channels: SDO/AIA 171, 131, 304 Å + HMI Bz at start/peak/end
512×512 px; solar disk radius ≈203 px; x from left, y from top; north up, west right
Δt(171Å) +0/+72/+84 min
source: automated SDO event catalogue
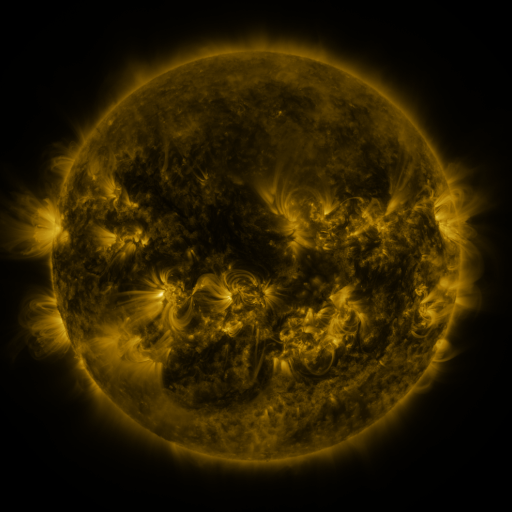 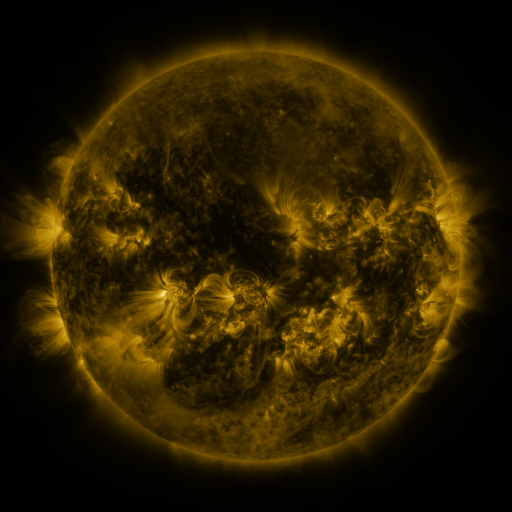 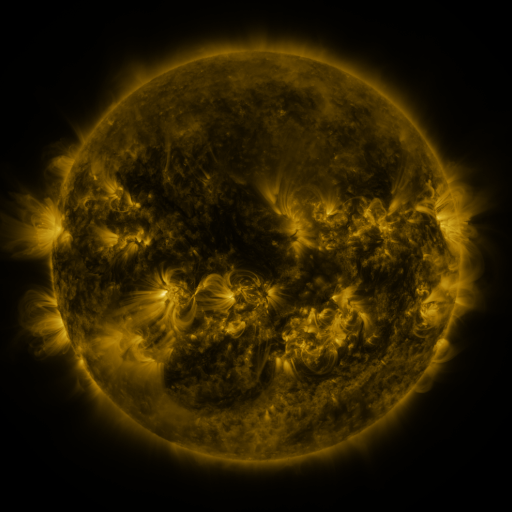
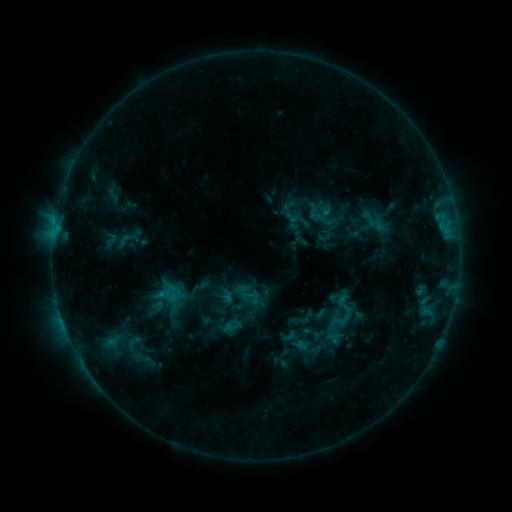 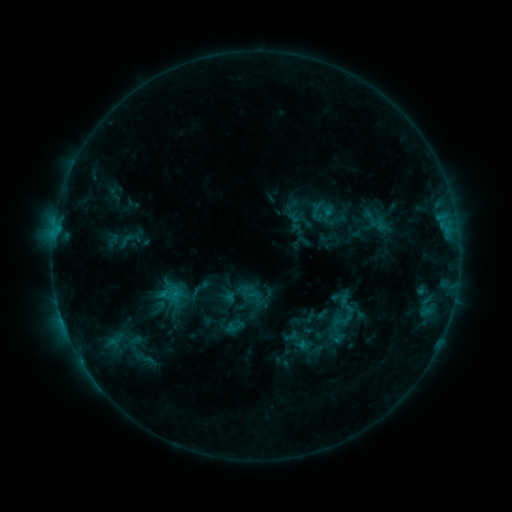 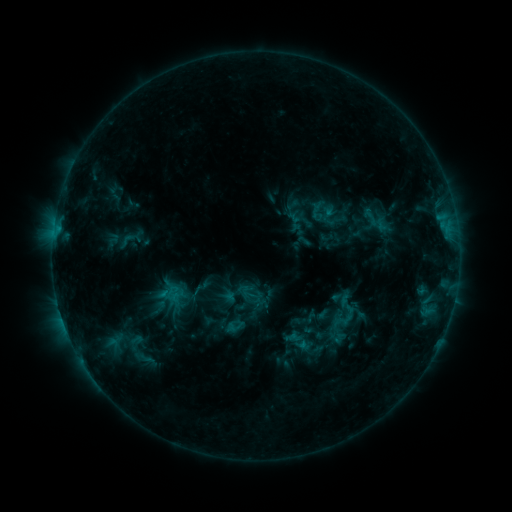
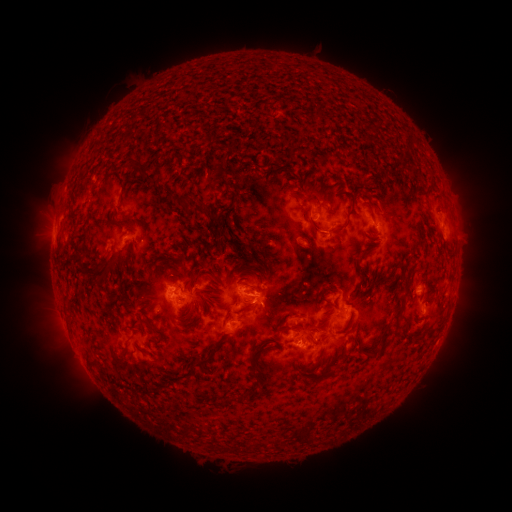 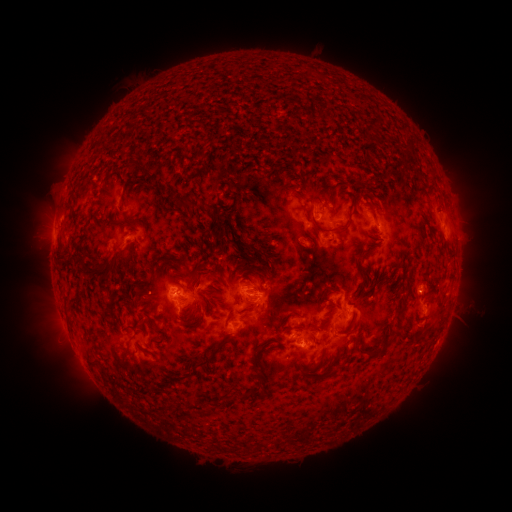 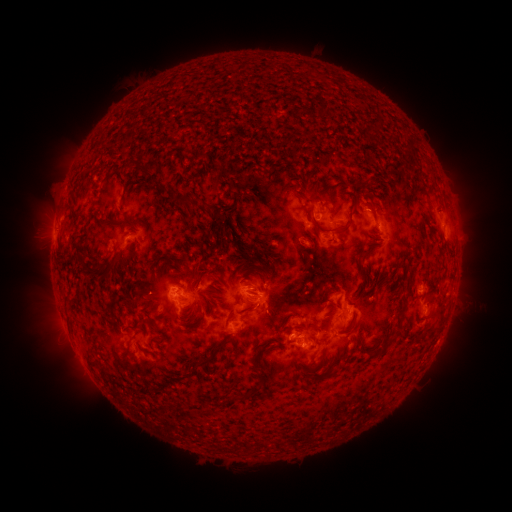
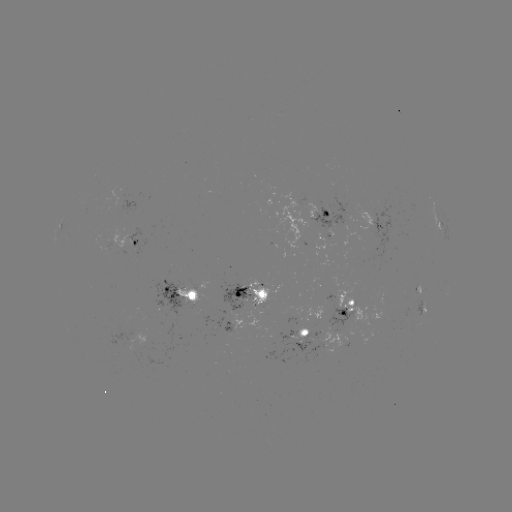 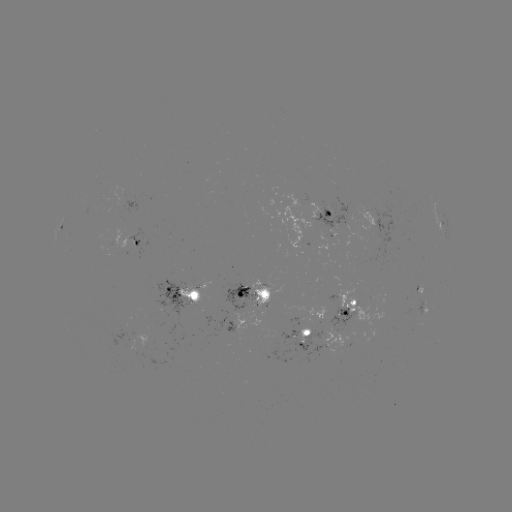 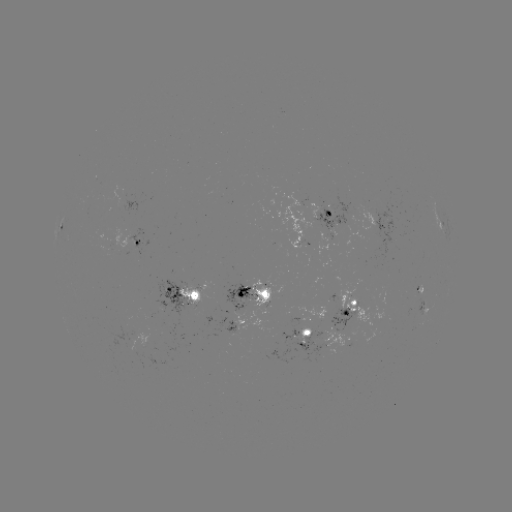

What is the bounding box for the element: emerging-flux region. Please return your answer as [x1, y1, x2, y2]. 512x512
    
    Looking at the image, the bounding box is [330, 287, 382, 321].